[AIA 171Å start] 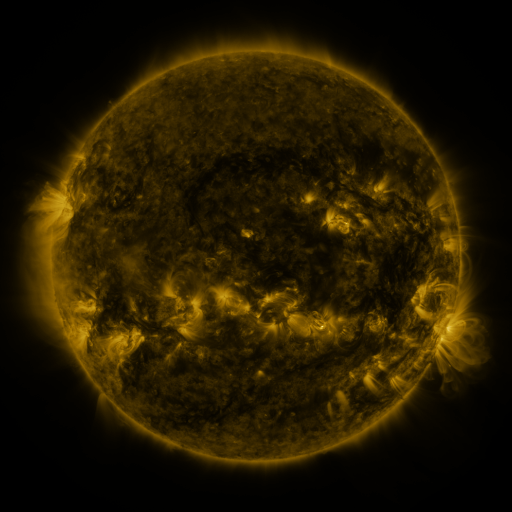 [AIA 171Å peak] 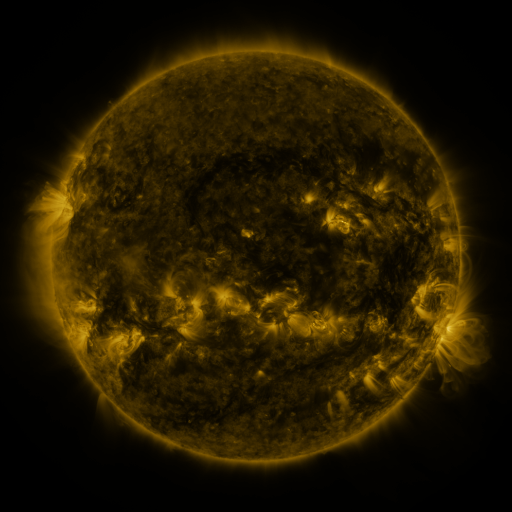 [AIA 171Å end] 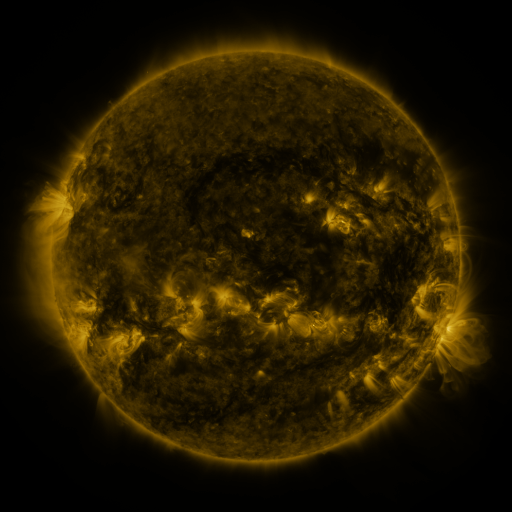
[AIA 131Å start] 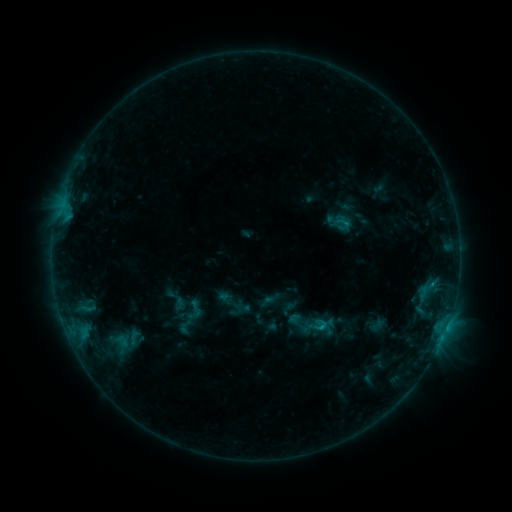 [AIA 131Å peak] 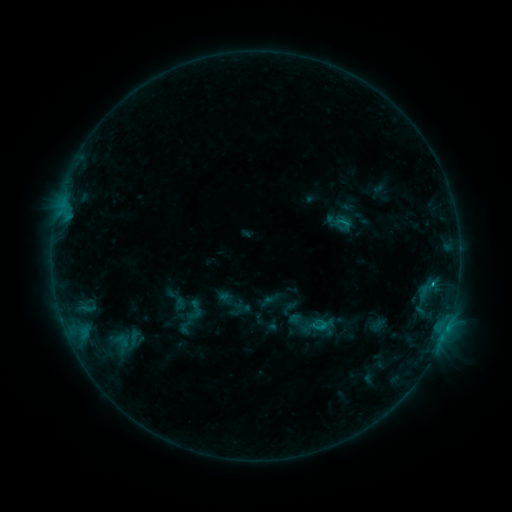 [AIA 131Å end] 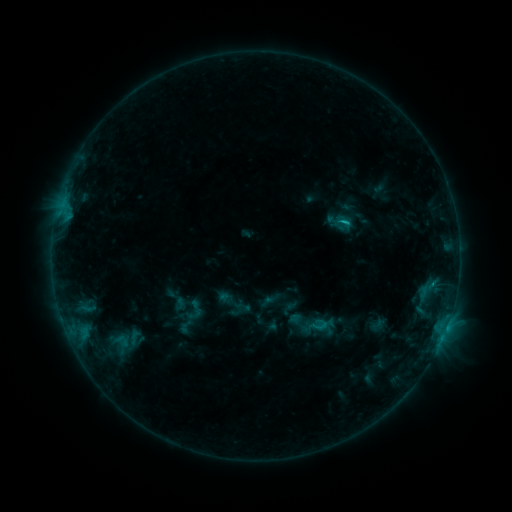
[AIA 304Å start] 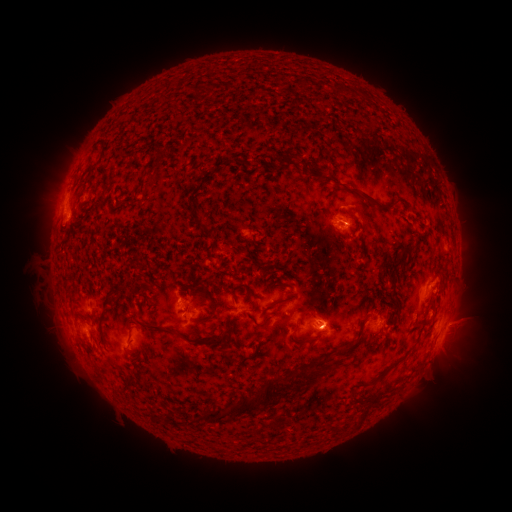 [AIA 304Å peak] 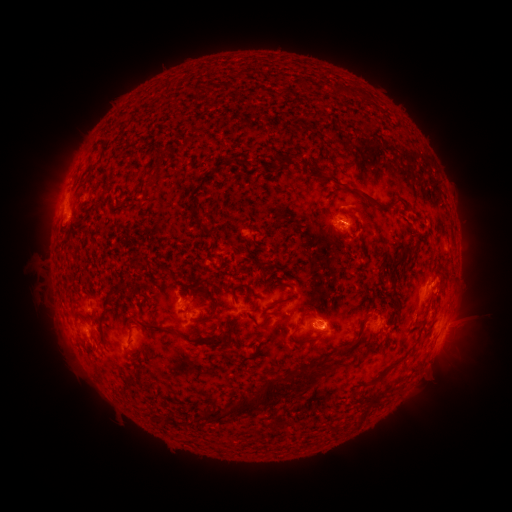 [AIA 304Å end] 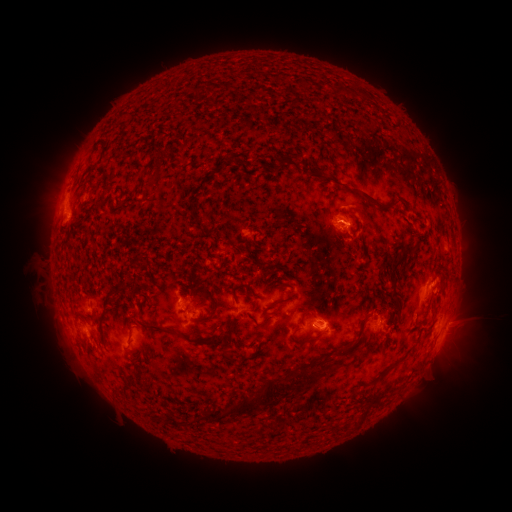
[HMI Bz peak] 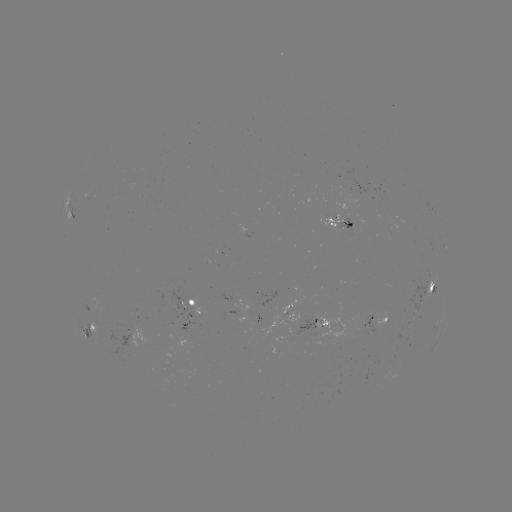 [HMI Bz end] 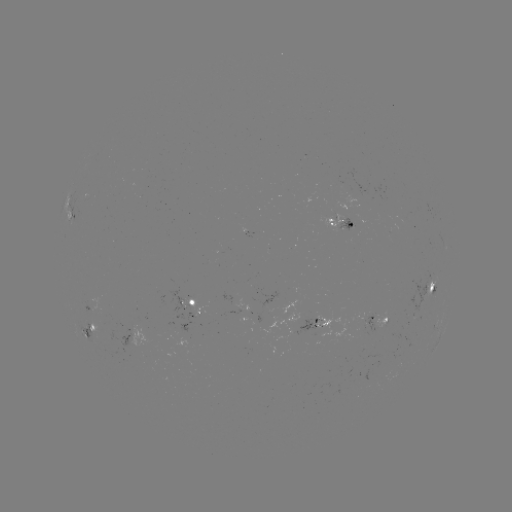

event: flare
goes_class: C1.0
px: (431, 282)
